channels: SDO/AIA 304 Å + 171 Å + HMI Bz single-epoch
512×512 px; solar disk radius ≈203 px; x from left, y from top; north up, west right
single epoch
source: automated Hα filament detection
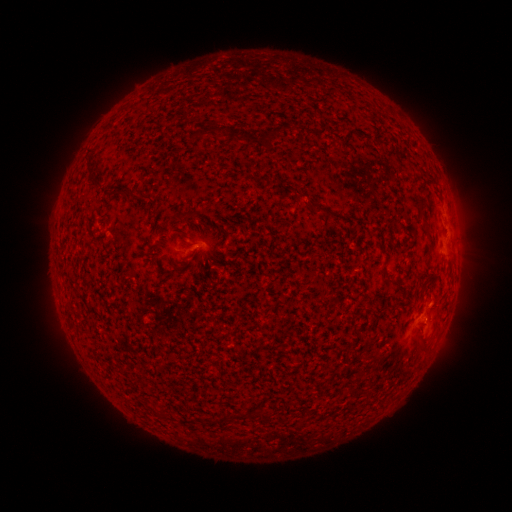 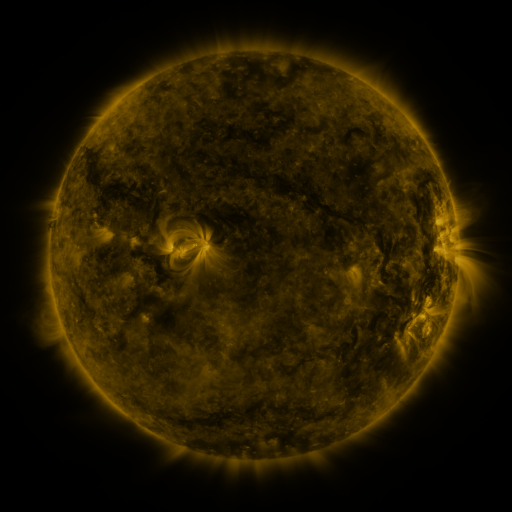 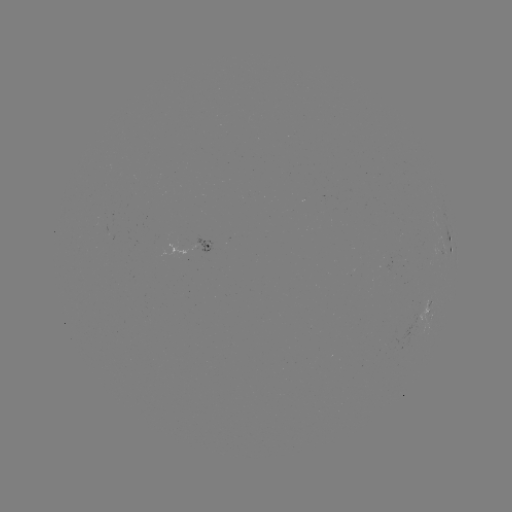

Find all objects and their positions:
filament: <bbox>260, 131, 271, 143</bbox>
filament: <bbox>246, 136, 255, 146</bbox>
filament: <bbox>87, 159, 97, 168</bbox>
filament: <bbox>121, 186, 132, 194</bbox>
filament: <bbox>313, 204, 324, 214</bbox>
